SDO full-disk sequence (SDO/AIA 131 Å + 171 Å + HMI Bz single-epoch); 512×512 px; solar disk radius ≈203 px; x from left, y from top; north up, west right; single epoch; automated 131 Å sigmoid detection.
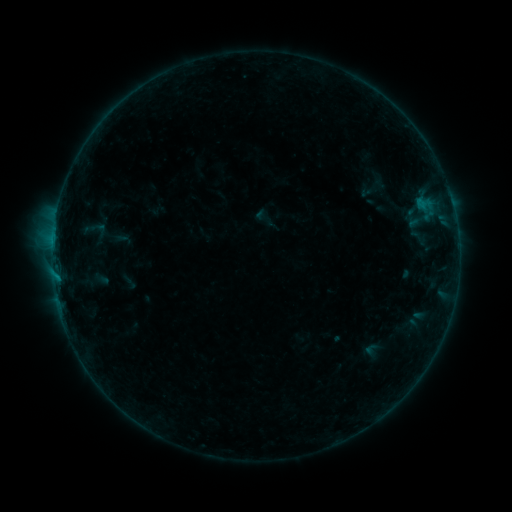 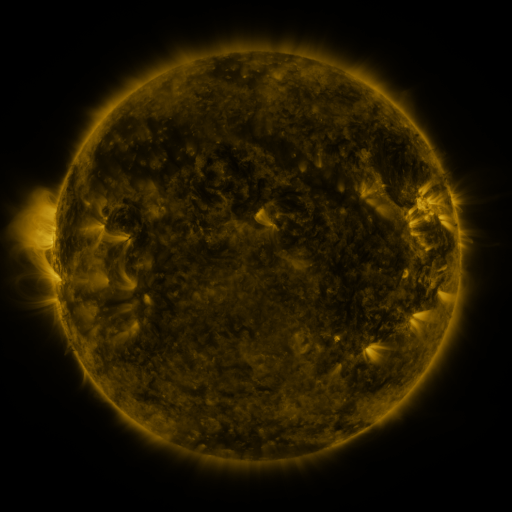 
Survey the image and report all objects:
sigmoid: [89, 219, 108, 239]
